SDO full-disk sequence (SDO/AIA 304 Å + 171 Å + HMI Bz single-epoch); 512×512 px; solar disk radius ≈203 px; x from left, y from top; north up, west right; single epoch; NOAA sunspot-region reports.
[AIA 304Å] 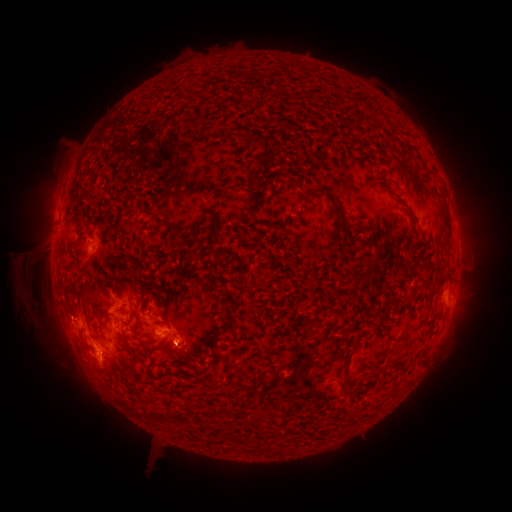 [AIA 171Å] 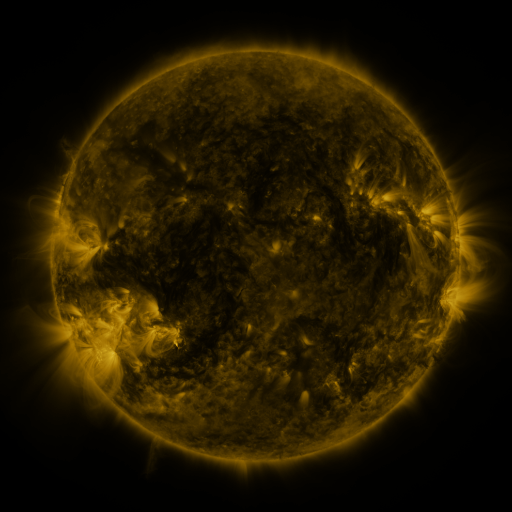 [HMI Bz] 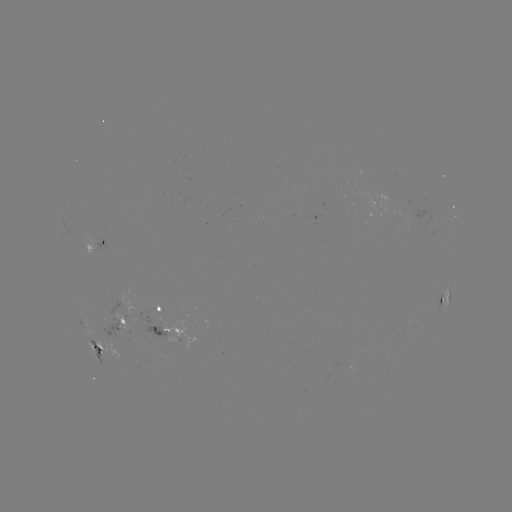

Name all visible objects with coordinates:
spotted active region: (98, 244)
spotted active region: (444, 299)
spotted active region: (165, 305)
spotted active region: (117, 325)
spotted active region: (163, 329)
spotted active region: (179, 339)
spotted active region: (99, 347)
